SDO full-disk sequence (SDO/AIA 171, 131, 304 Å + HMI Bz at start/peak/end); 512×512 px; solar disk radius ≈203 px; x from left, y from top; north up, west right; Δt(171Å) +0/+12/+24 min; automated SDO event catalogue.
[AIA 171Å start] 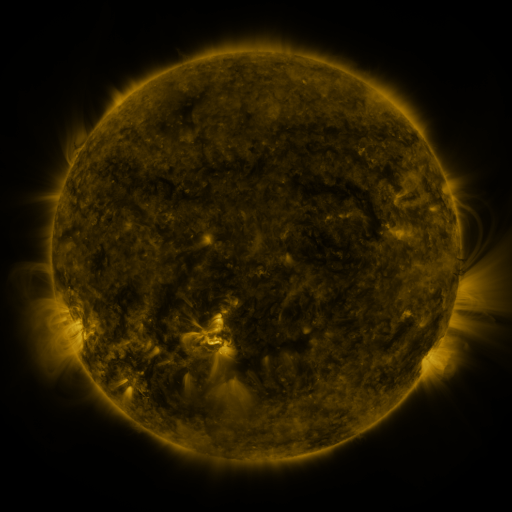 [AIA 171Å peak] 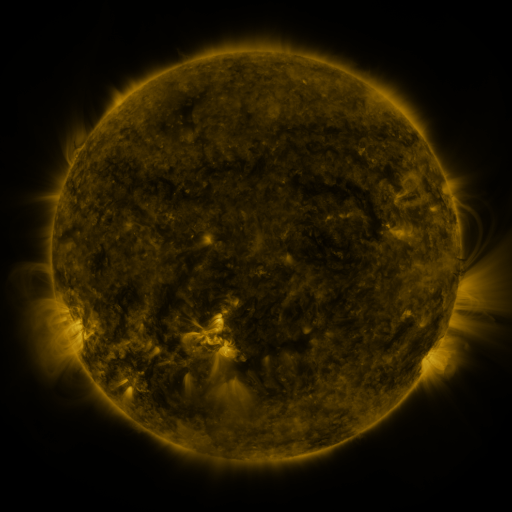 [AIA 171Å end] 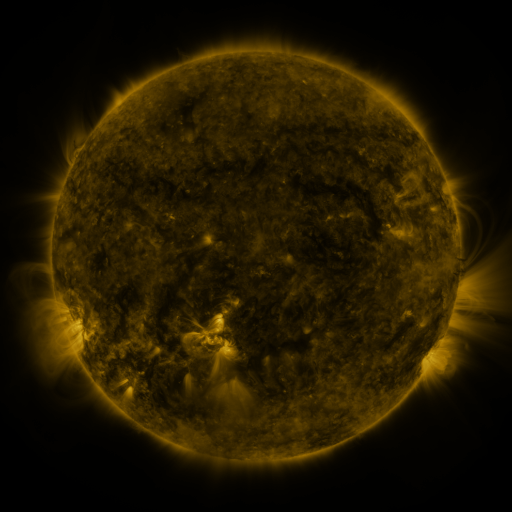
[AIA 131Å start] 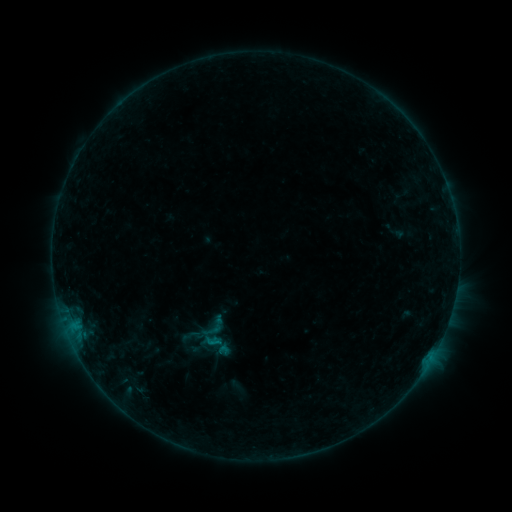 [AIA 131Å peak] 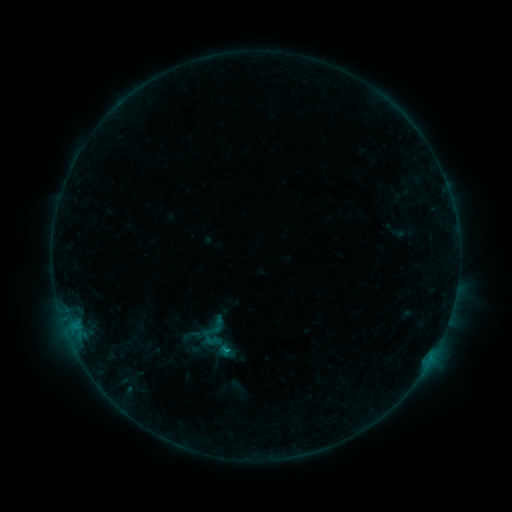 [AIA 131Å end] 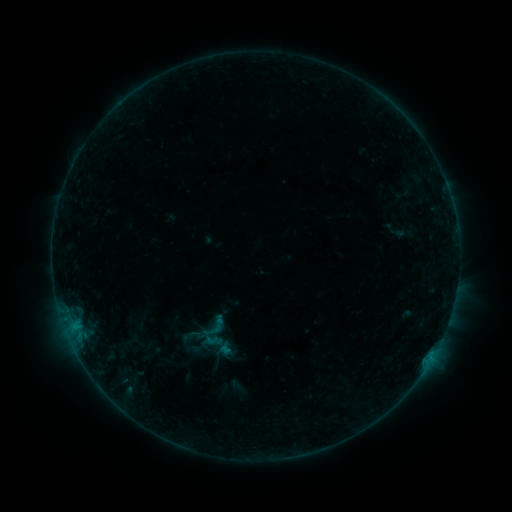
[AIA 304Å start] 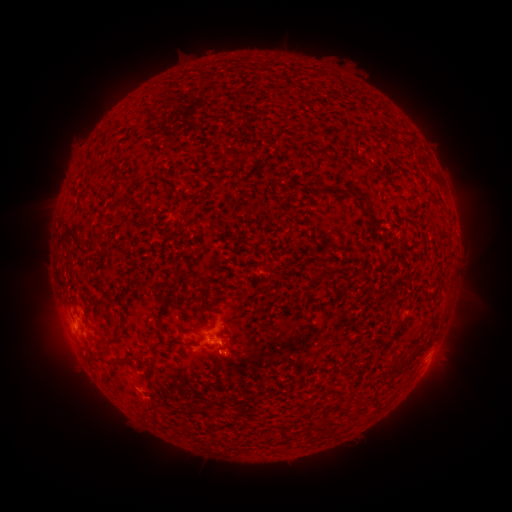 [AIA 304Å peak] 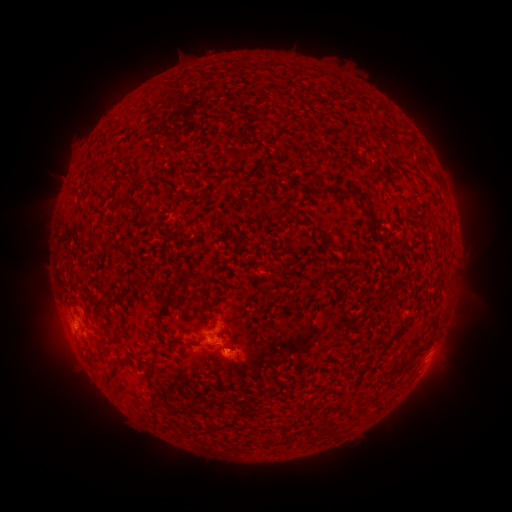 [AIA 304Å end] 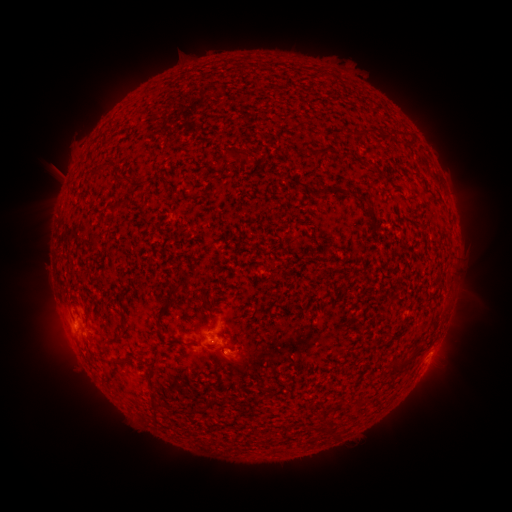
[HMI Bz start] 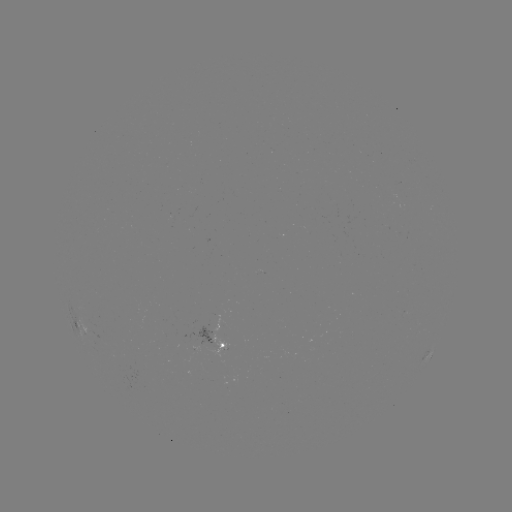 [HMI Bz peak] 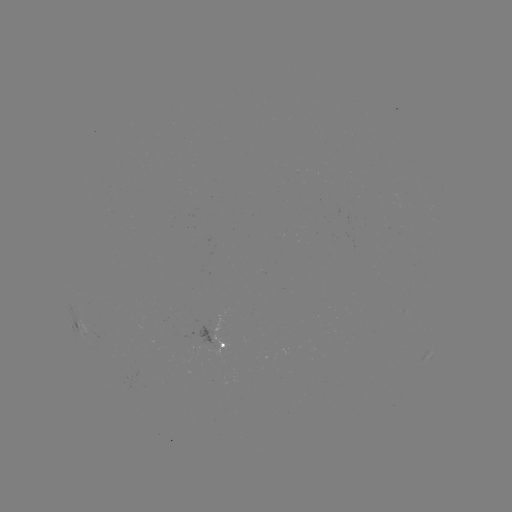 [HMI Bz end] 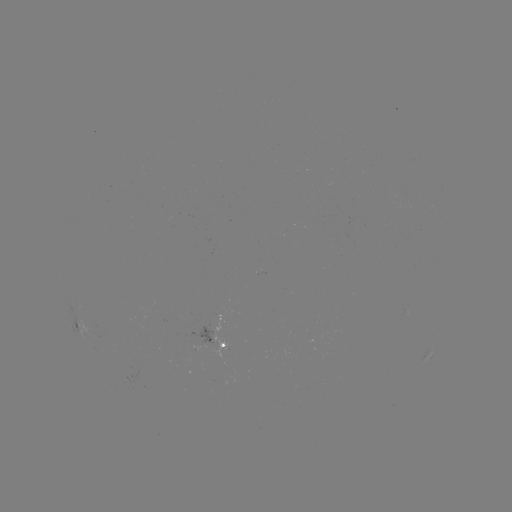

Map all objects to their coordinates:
eruption: (240, 364)
